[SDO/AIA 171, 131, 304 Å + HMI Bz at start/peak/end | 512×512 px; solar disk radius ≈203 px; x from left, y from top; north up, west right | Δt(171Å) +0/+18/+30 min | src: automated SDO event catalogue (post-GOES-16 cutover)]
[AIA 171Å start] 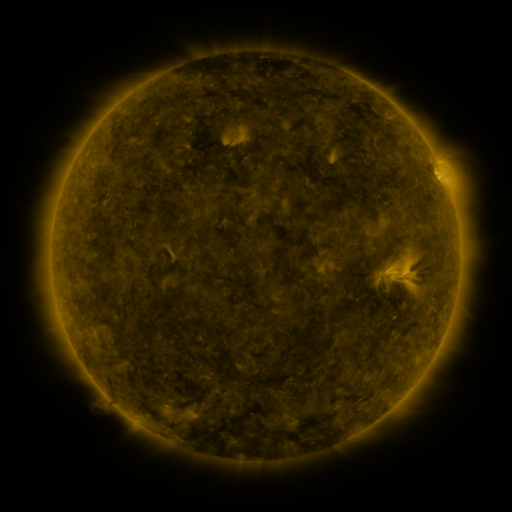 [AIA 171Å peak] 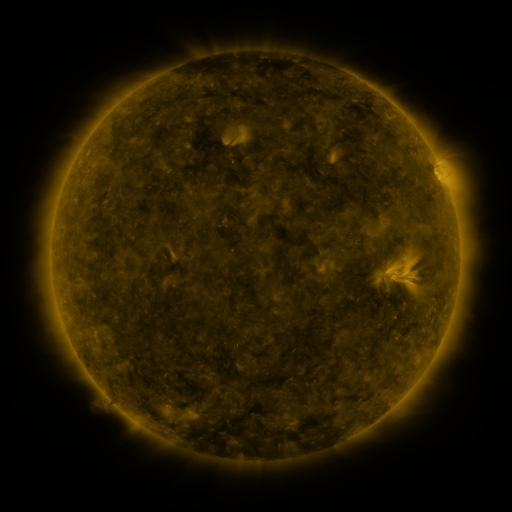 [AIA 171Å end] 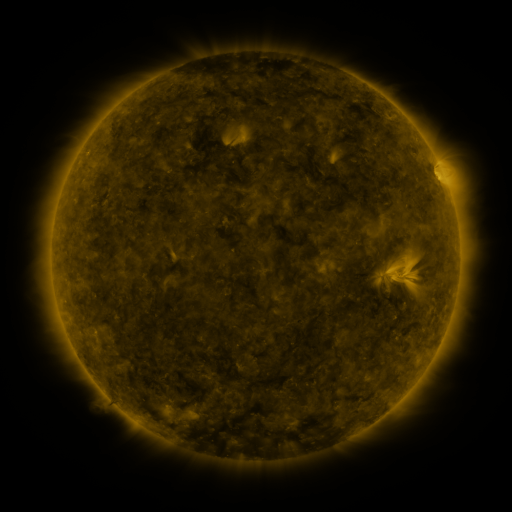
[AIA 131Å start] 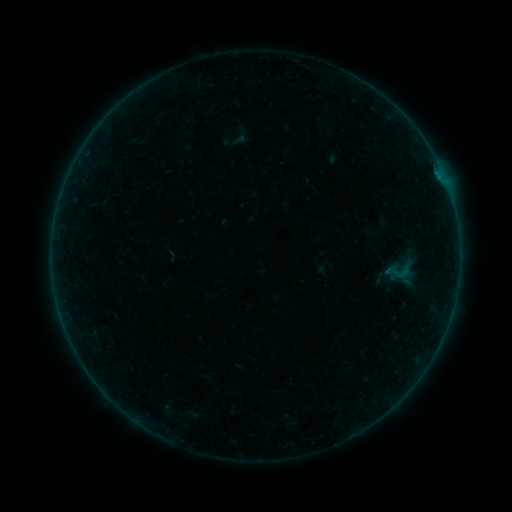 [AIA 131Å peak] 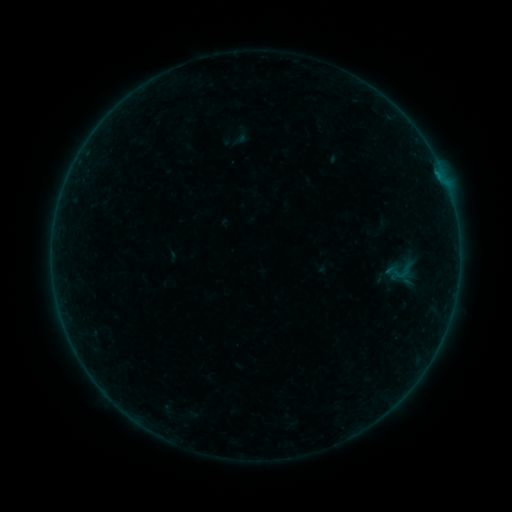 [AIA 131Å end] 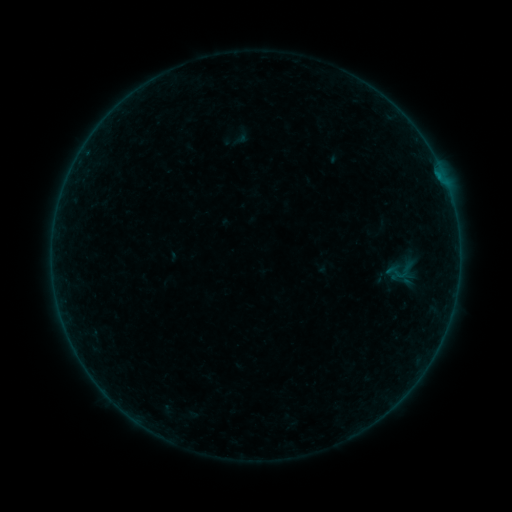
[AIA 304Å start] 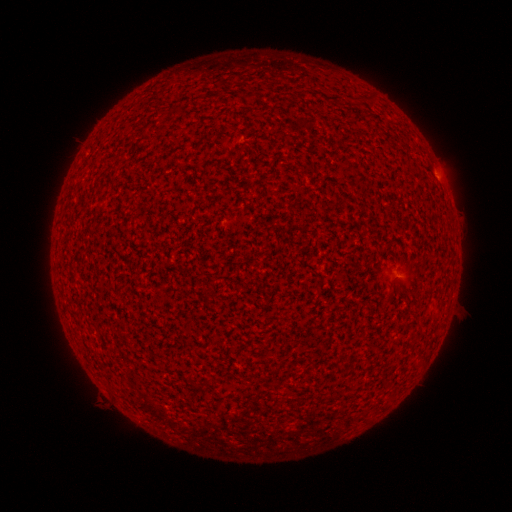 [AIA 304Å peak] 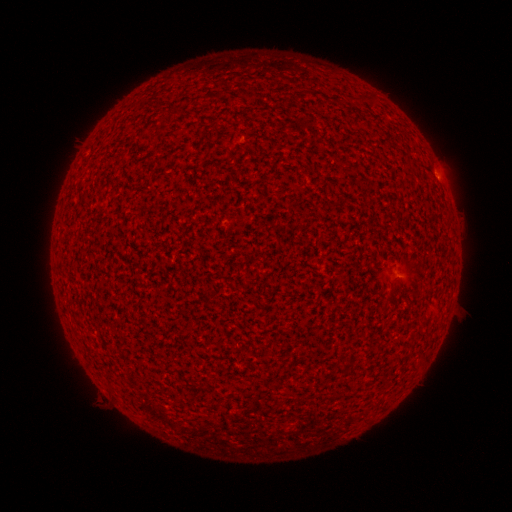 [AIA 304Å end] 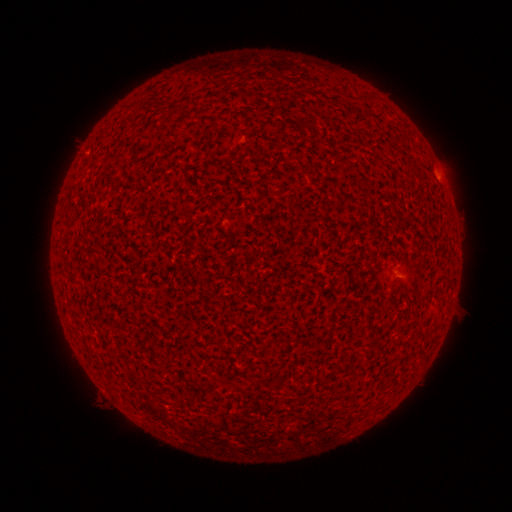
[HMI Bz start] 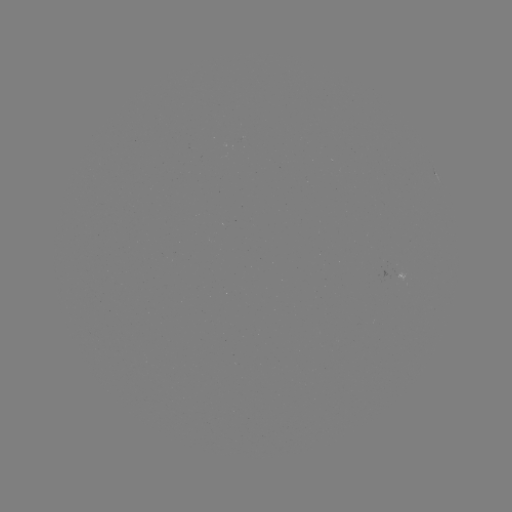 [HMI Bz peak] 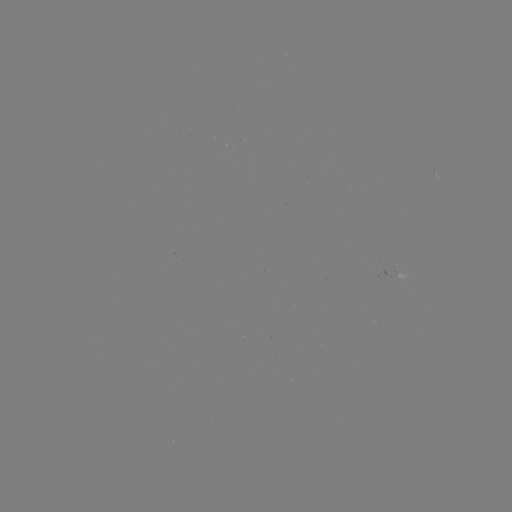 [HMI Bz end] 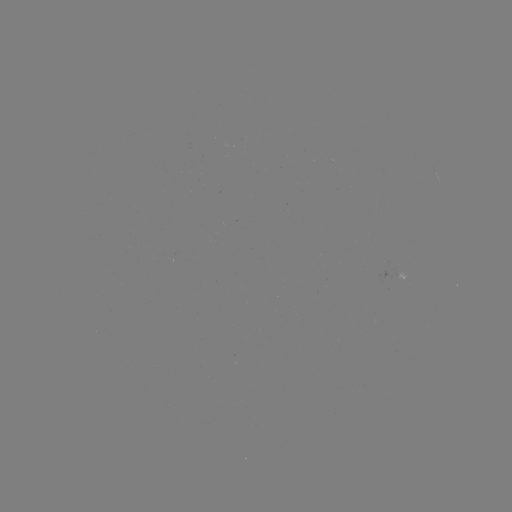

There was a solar flare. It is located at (438, 176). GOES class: A7.4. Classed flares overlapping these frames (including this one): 1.